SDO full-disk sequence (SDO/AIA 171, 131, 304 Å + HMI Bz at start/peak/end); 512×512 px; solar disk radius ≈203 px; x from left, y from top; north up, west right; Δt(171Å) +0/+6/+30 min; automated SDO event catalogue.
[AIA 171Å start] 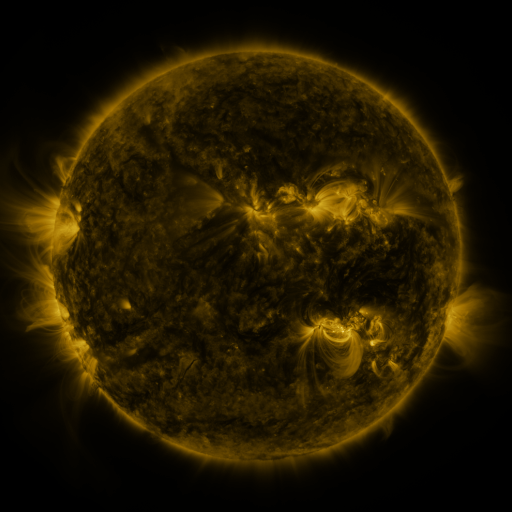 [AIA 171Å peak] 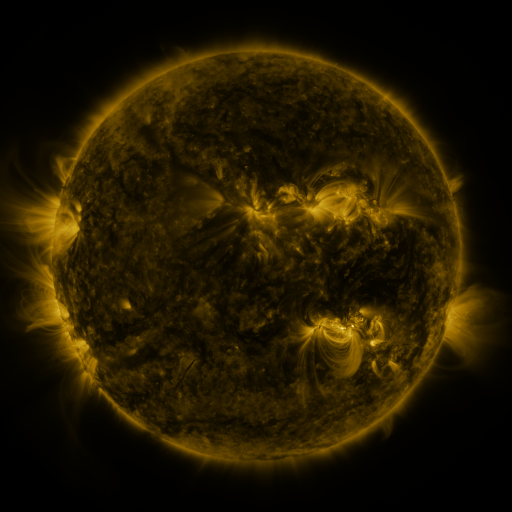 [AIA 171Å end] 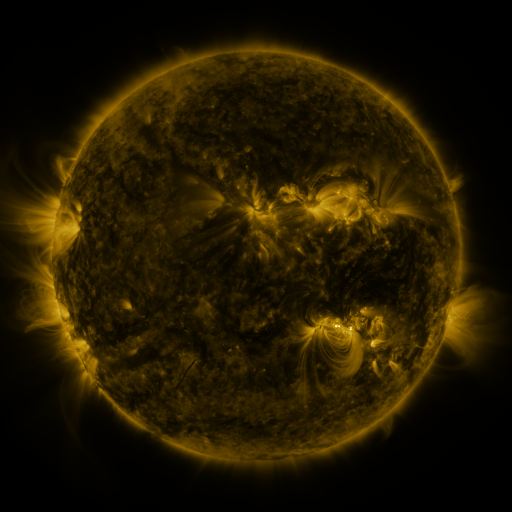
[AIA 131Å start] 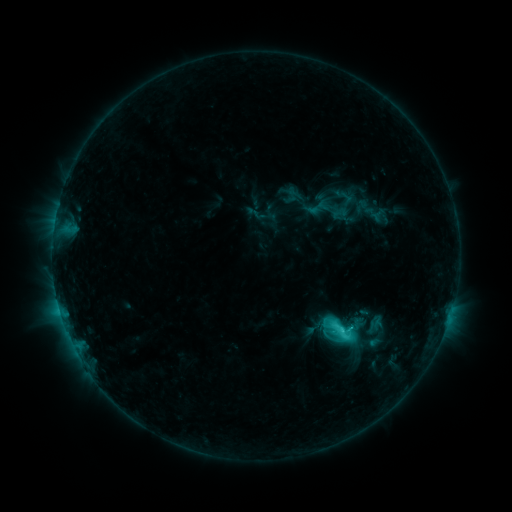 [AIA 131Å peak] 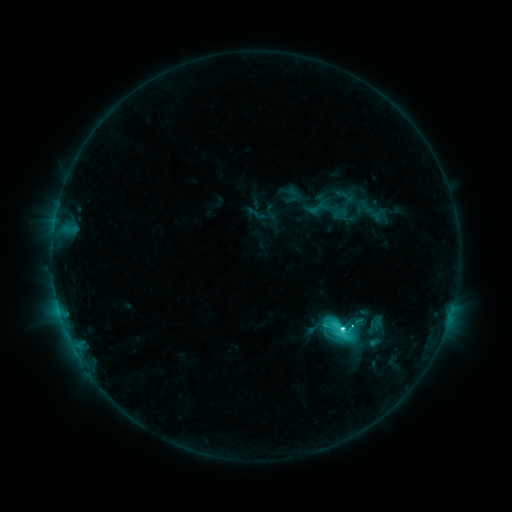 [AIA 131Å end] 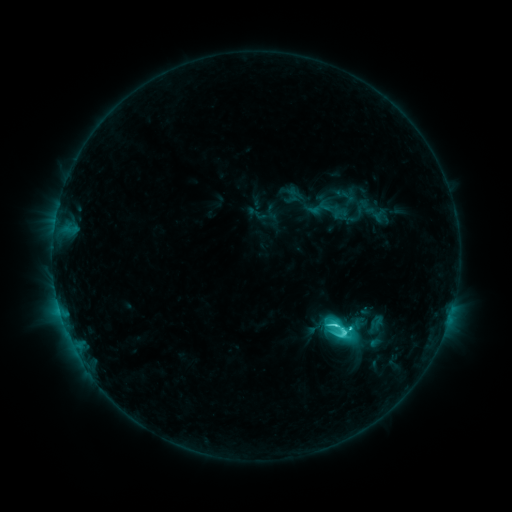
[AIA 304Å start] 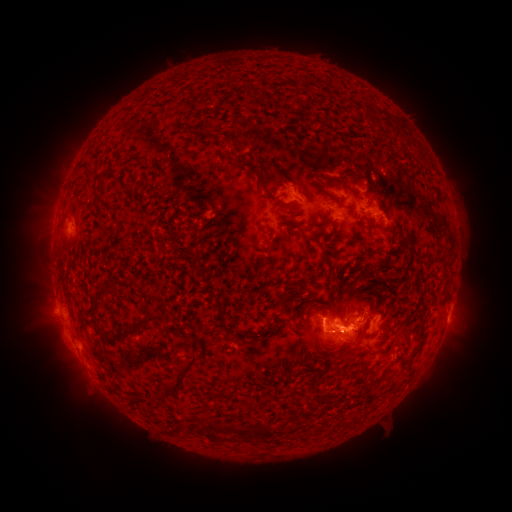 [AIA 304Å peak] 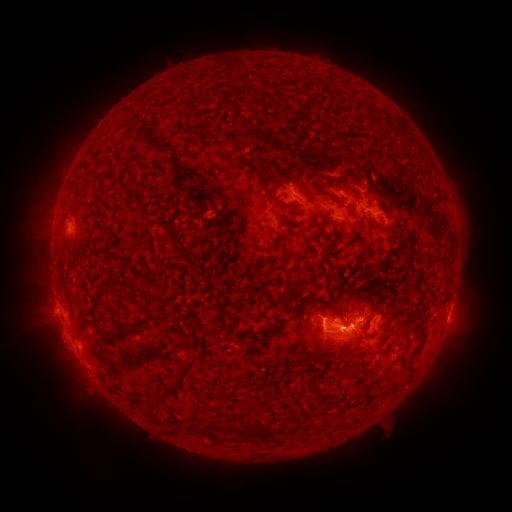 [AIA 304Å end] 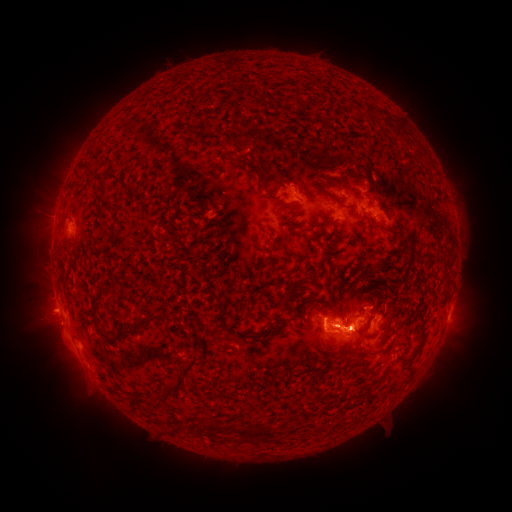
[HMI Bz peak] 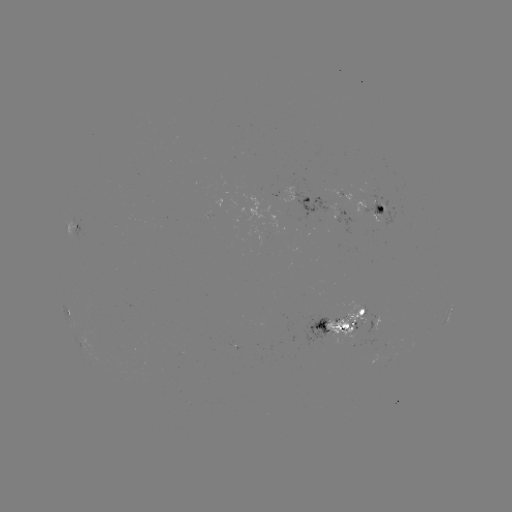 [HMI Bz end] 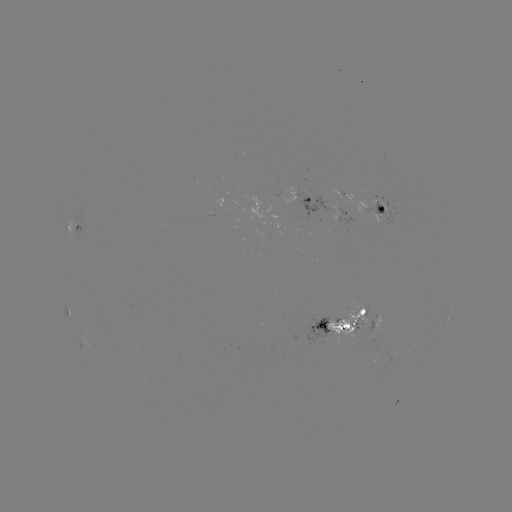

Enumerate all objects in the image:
C7.0 flare: (341, 329)
